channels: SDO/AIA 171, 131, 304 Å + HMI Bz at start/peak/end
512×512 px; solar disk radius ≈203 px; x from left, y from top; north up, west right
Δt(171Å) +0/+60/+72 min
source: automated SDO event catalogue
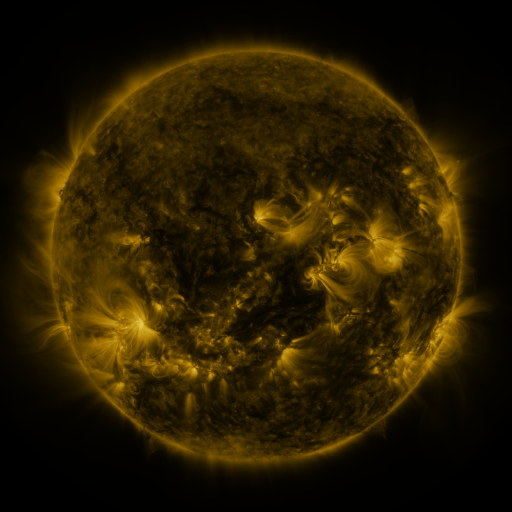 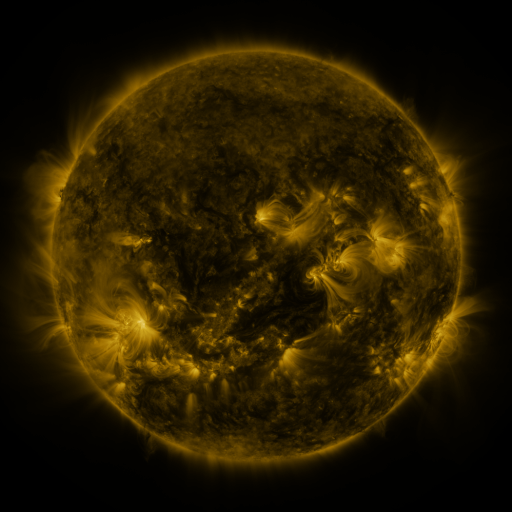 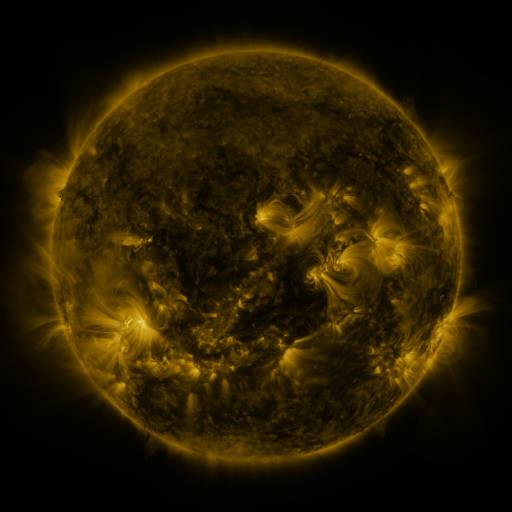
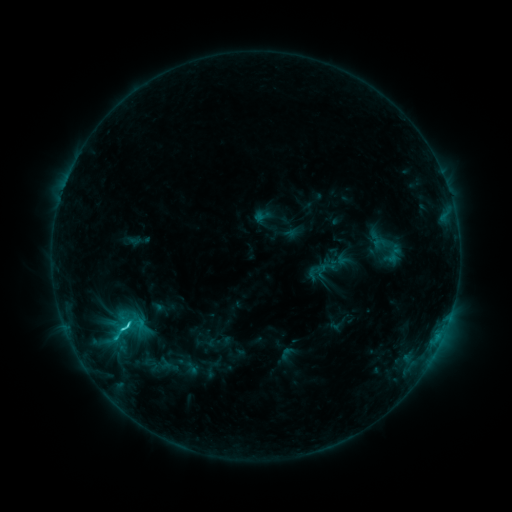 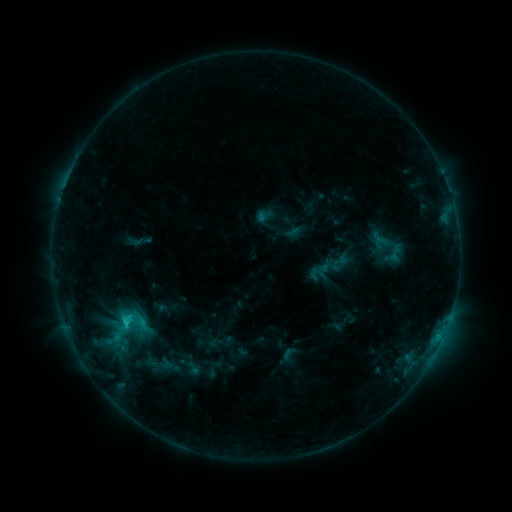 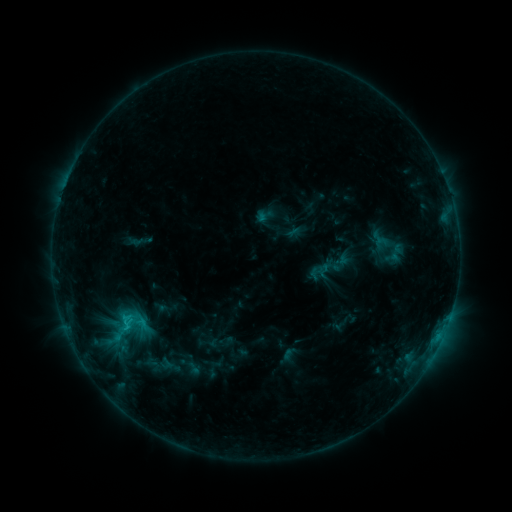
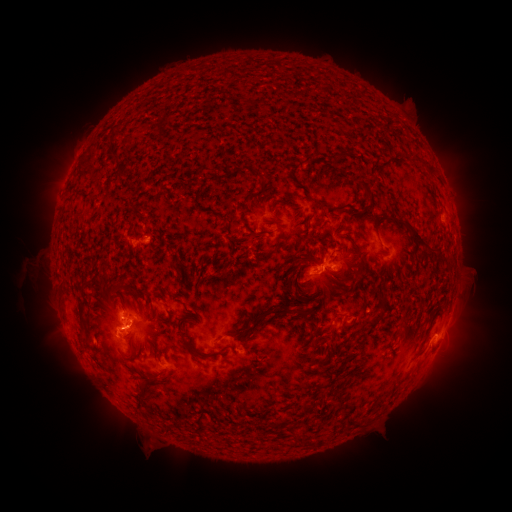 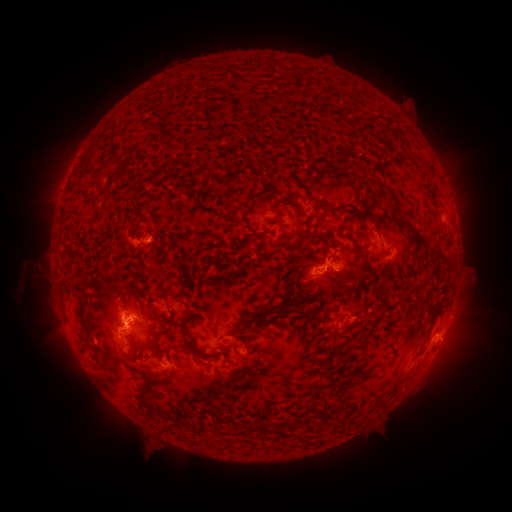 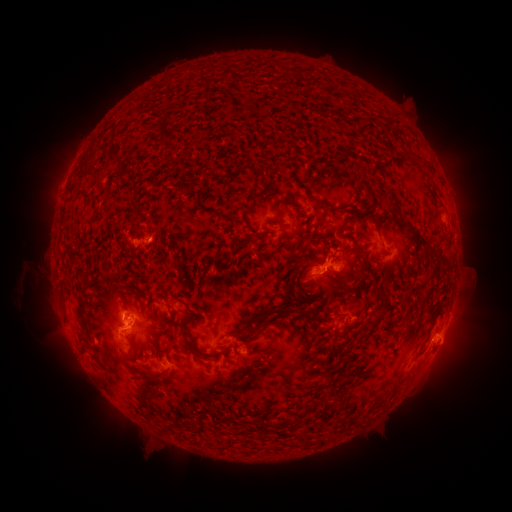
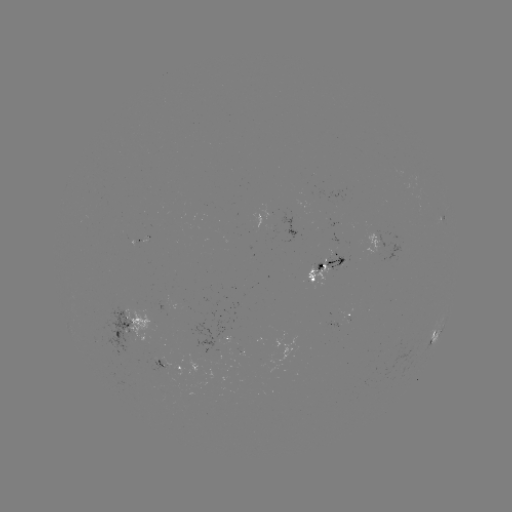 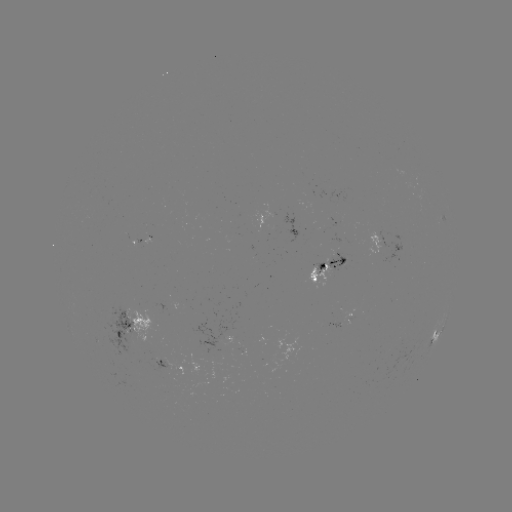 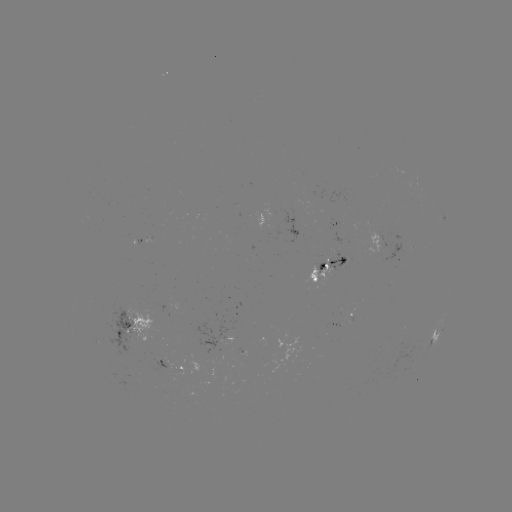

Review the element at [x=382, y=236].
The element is emerging-flux region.